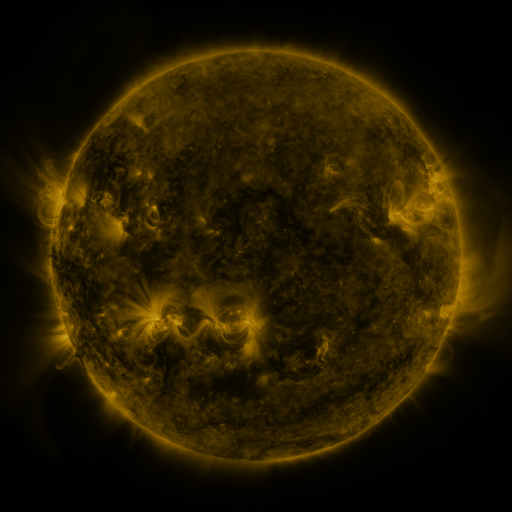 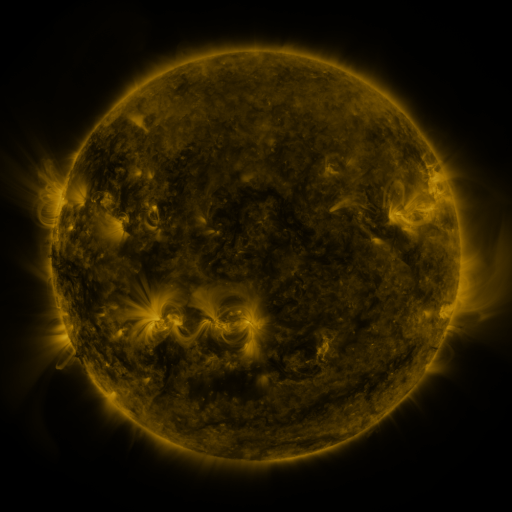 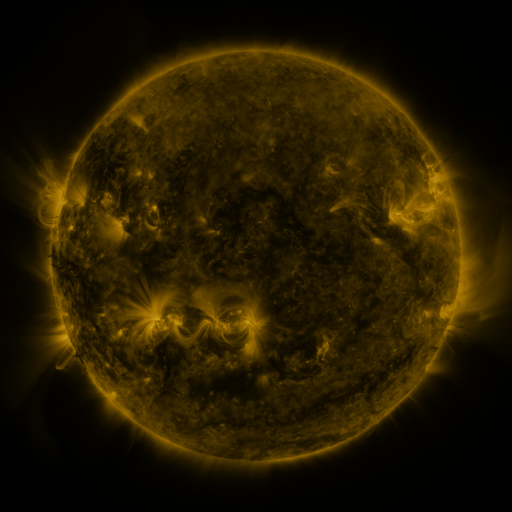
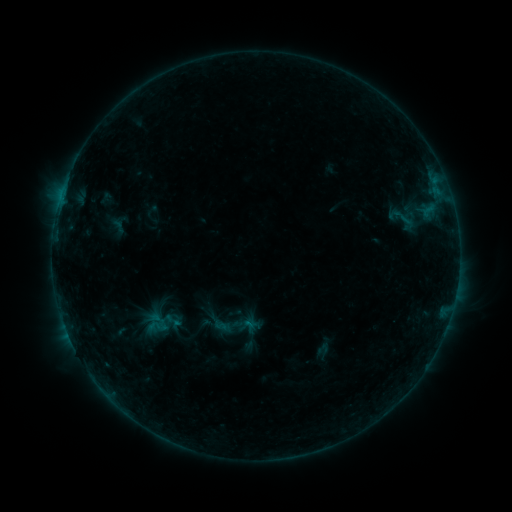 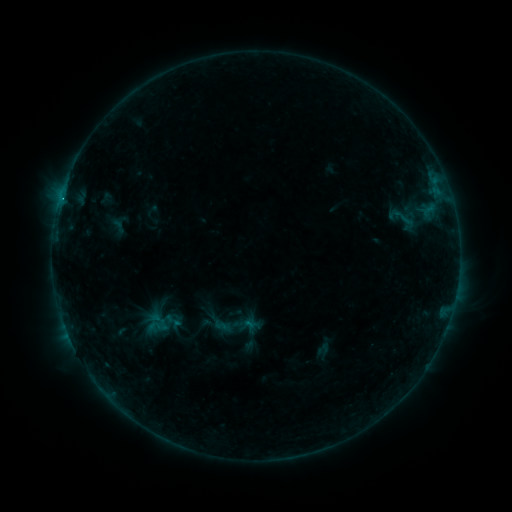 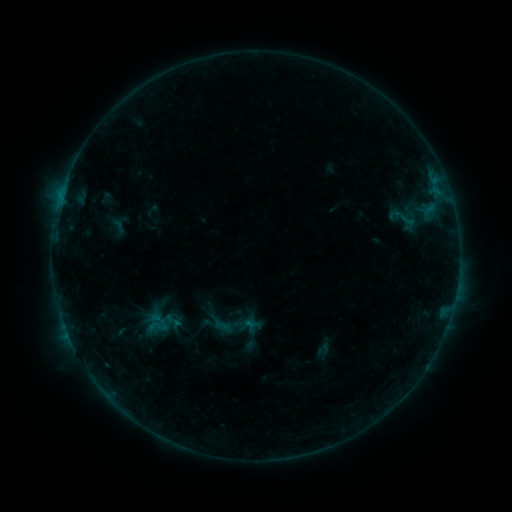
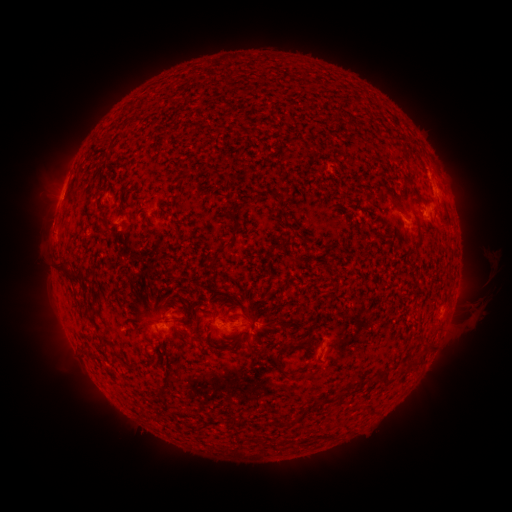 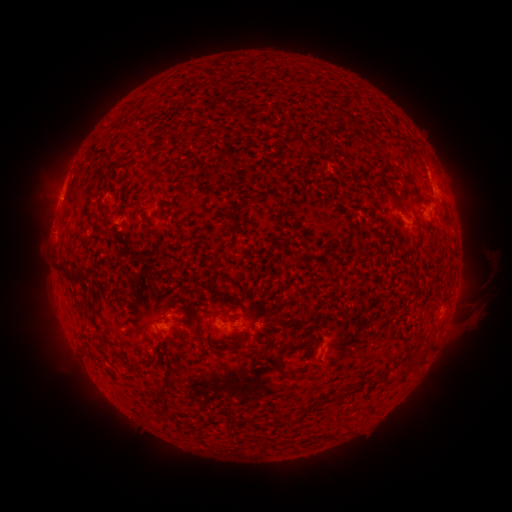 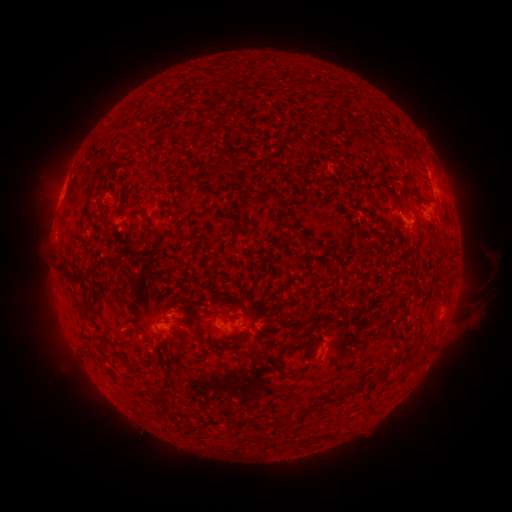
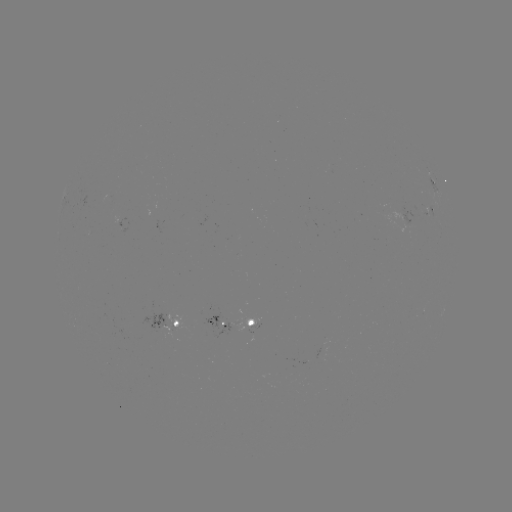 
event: flare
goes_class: B4.1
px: (61, 202)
